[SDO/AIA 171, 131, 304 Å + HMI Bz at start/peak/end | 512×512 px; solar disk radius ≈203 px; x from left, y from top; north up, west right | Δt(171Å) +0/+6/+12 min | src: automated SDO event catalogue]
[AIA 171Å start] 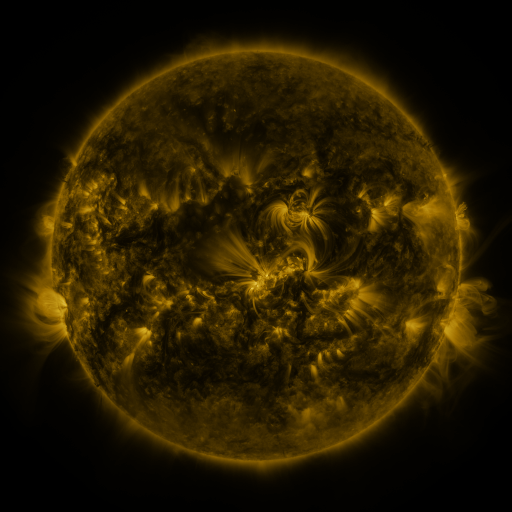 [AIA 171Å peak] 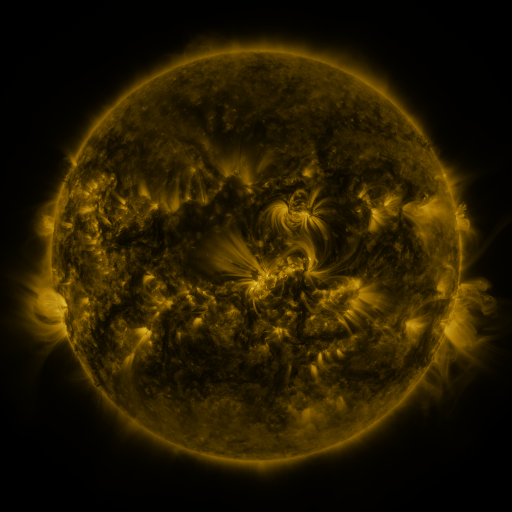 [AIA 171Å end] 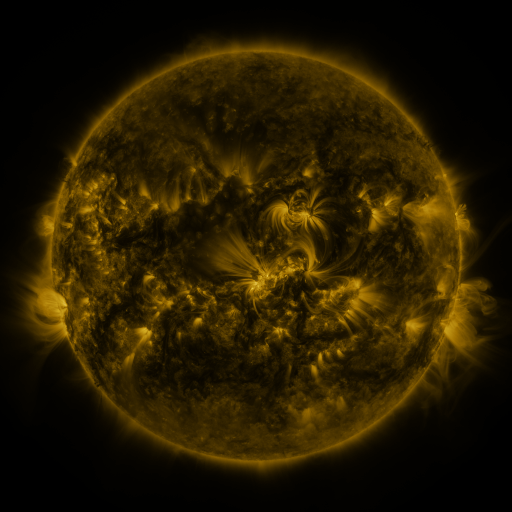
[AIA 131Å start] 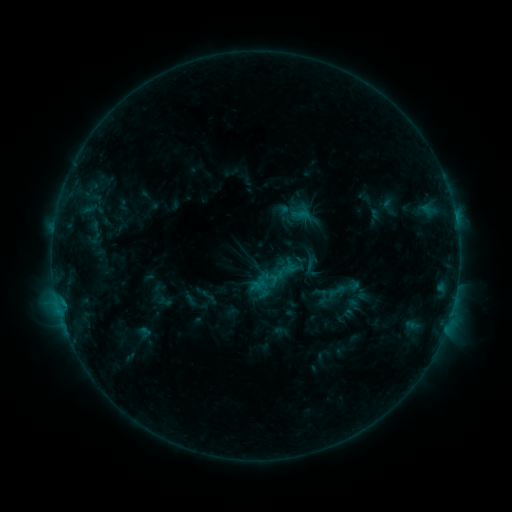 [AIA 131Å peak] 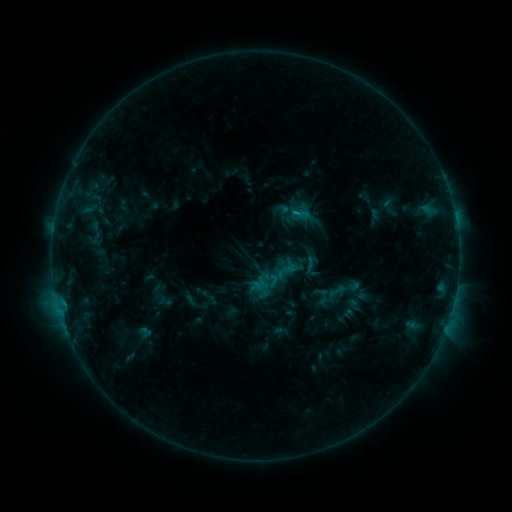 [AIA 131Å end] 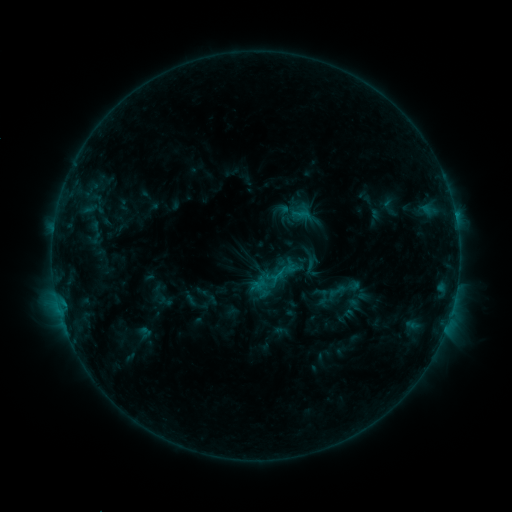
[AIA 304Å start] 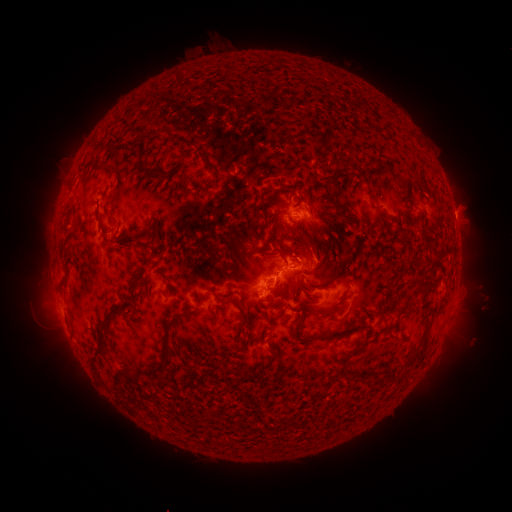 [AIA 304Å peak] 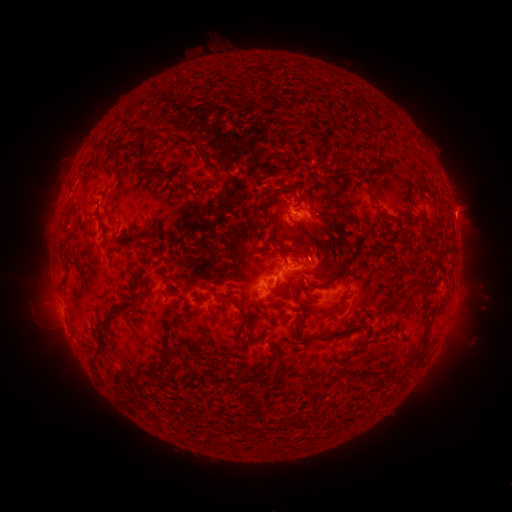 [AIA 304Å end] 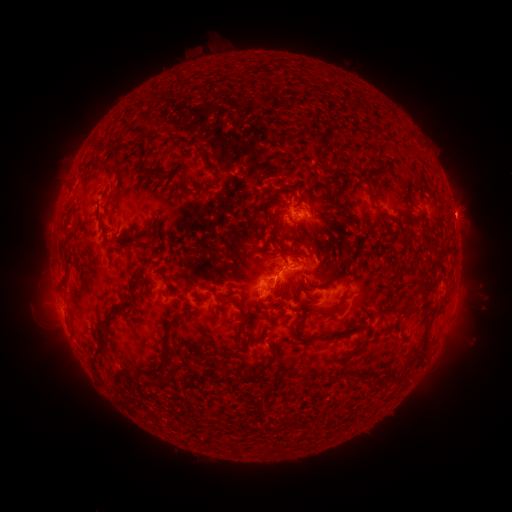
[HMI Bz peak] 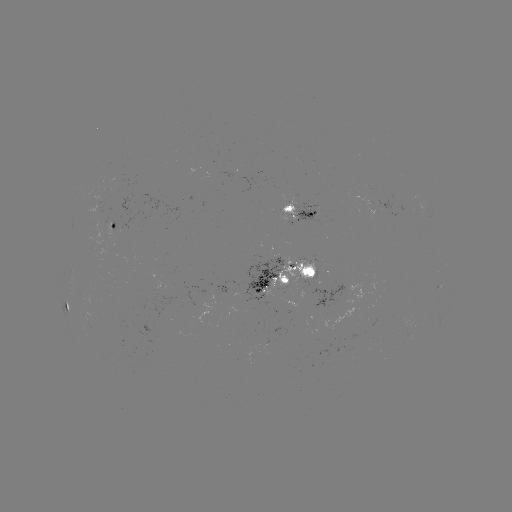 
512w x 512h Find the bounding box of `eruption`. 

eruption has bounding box [289, 225, 336, 273].